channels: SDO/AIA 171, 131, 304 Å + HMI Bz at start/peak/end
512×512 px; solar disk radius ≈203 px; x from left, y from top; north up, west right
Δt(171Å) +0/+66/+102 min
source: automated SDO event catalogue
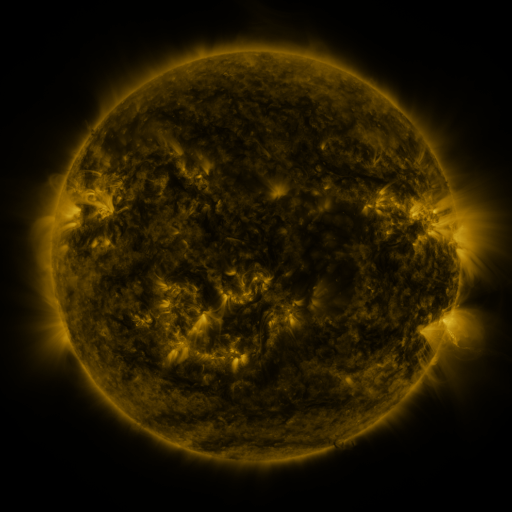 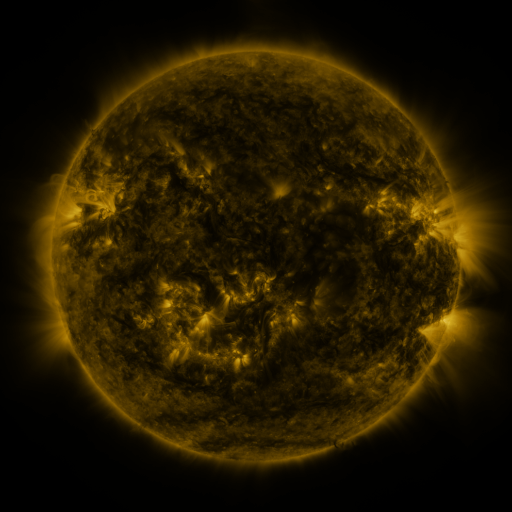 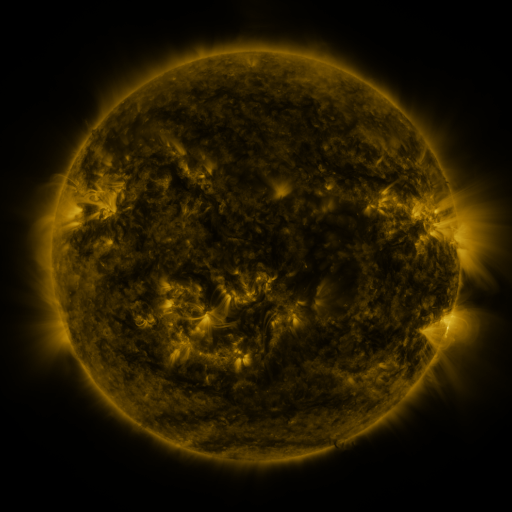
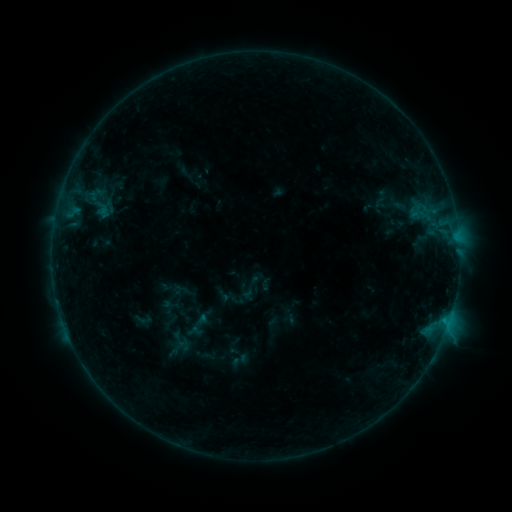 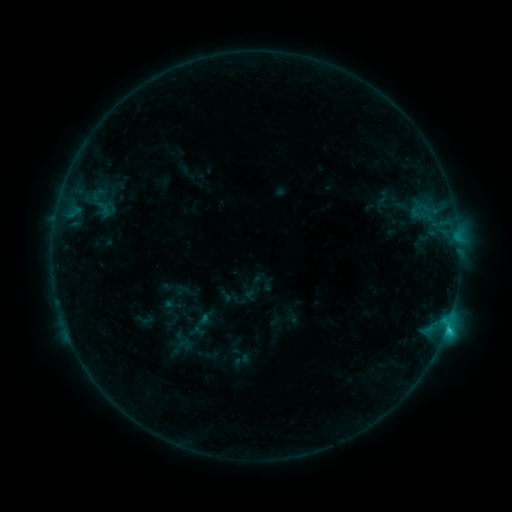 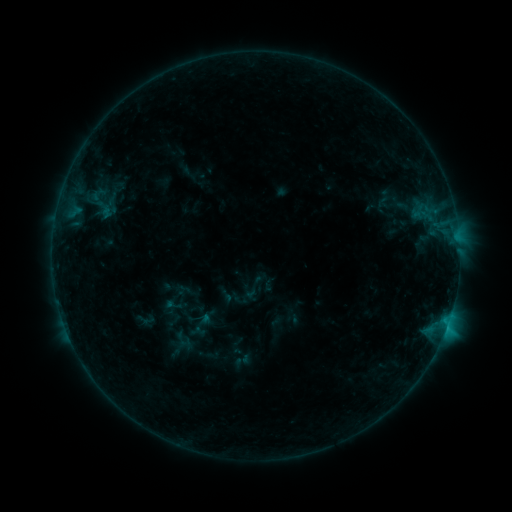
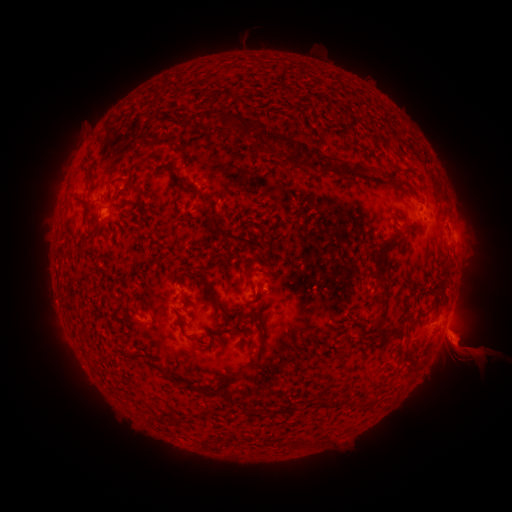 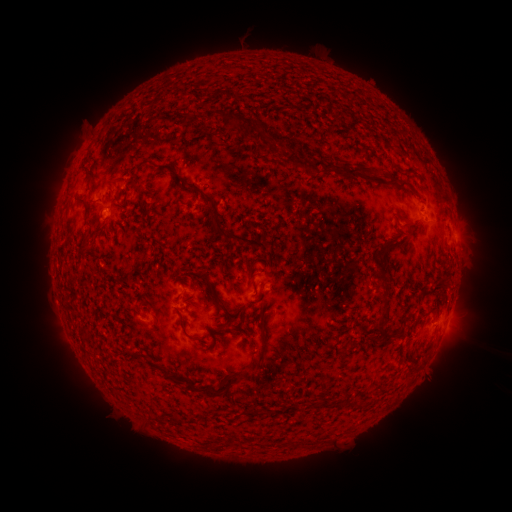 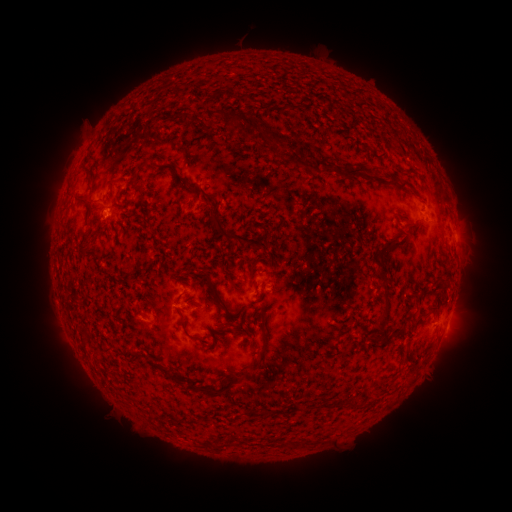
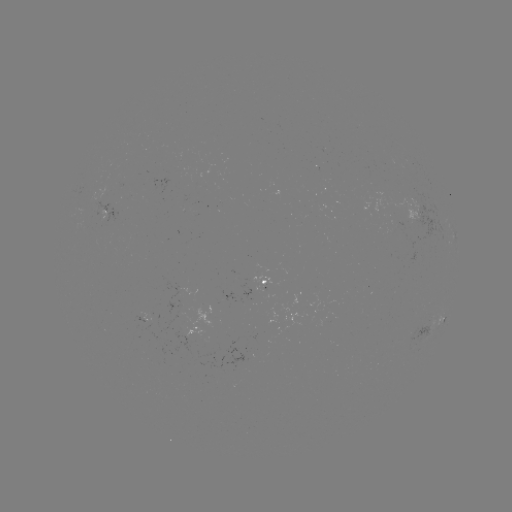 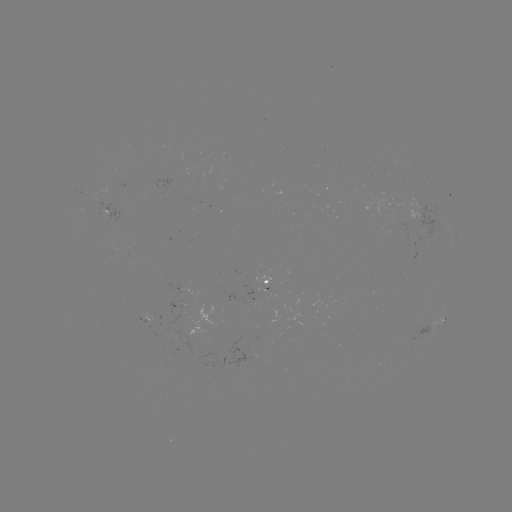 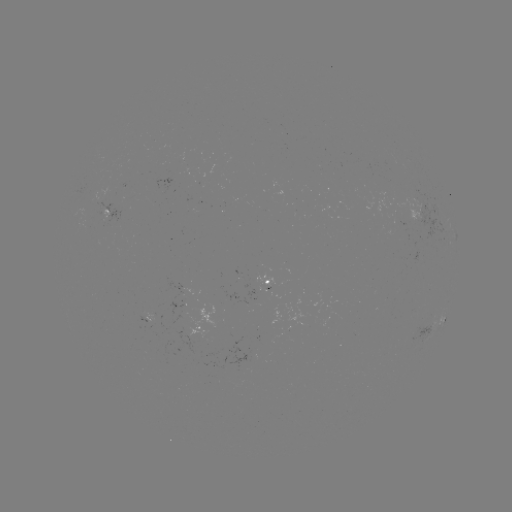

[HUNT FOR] C1.2 flare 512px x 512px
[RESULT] [445, 328]